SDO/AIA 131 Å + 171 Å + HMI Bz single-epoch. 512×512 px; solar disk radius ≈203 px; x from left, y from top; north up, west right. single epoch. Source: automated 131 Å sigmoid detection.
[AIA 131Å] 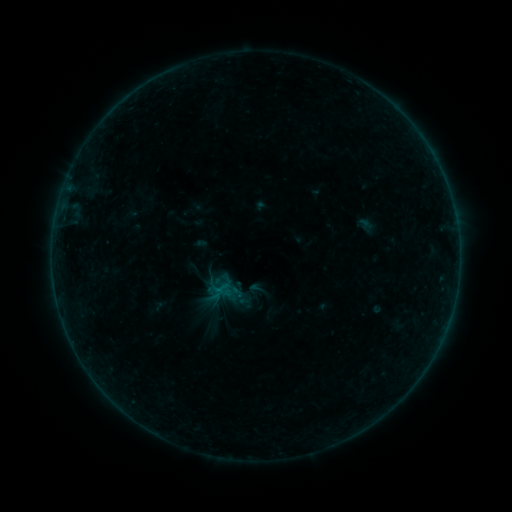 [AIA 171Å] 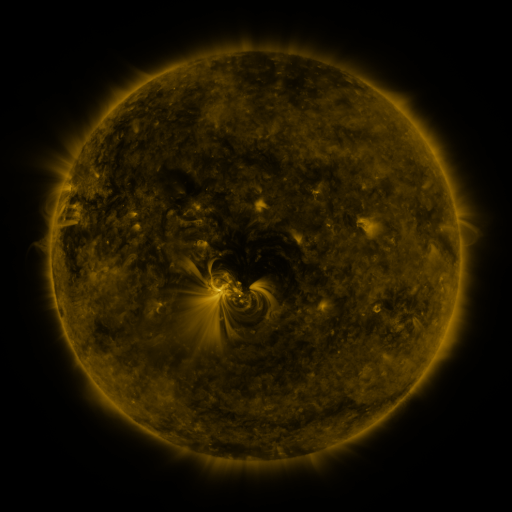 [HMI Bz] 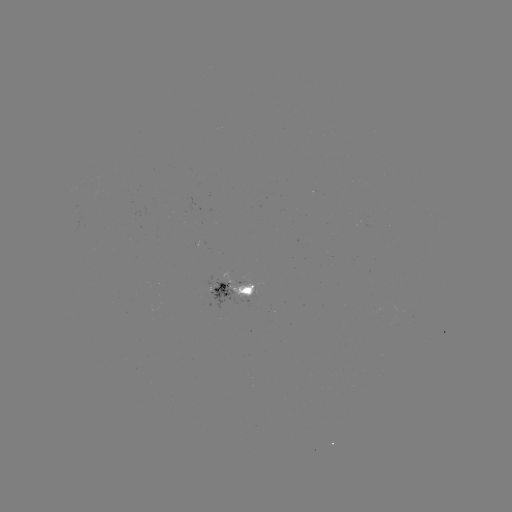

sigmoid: [247, 279, 266, 298]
